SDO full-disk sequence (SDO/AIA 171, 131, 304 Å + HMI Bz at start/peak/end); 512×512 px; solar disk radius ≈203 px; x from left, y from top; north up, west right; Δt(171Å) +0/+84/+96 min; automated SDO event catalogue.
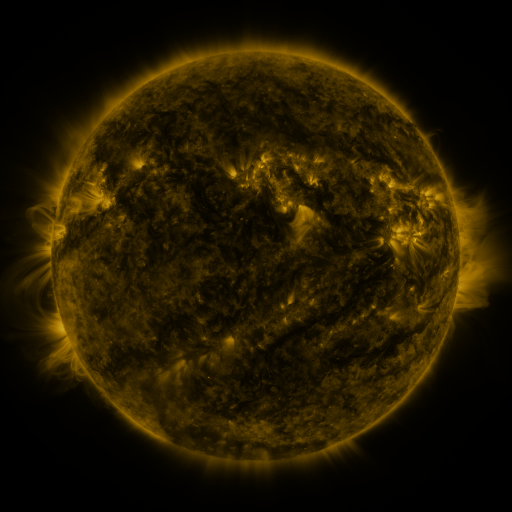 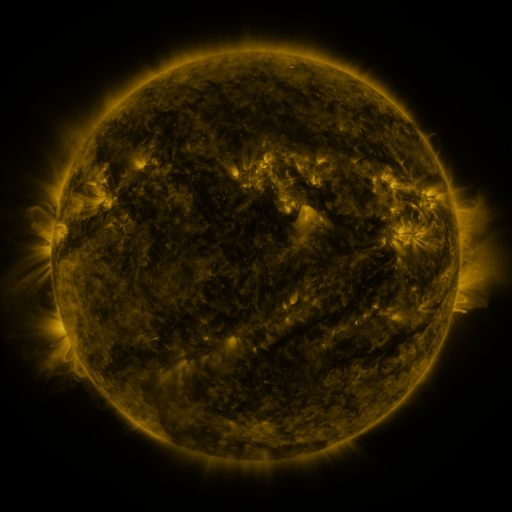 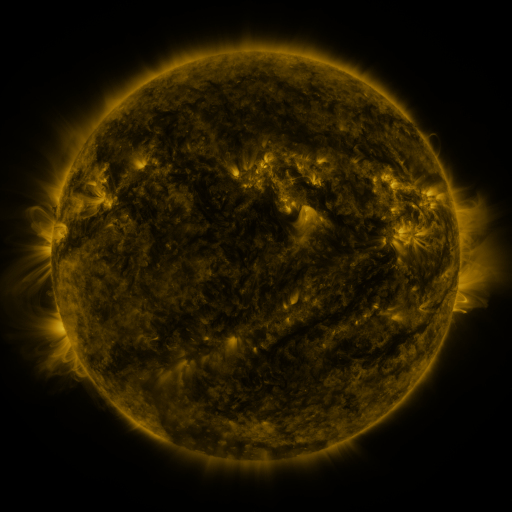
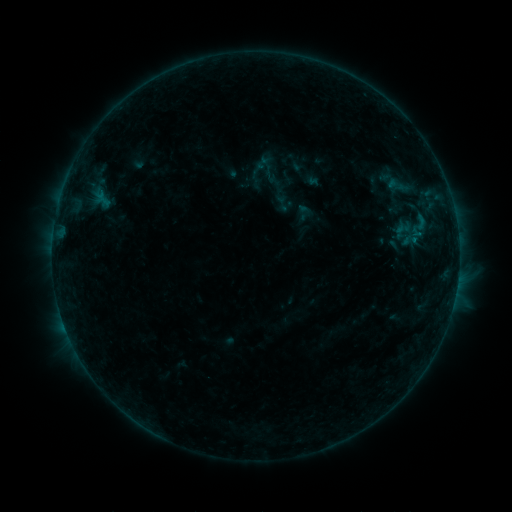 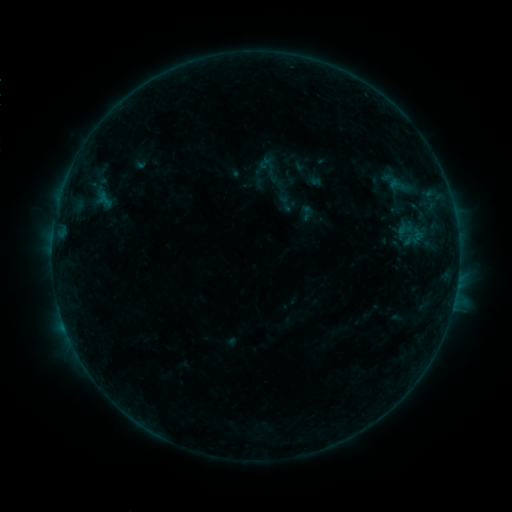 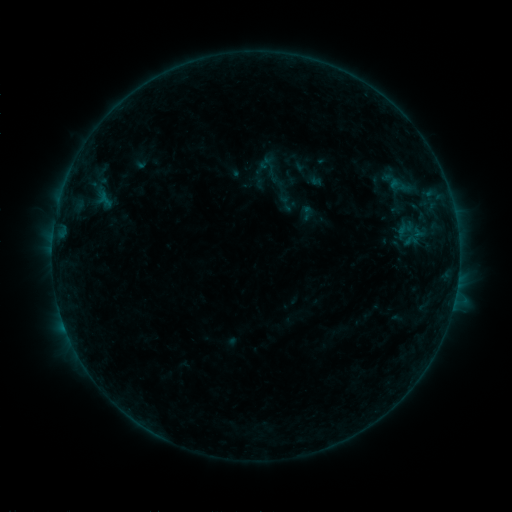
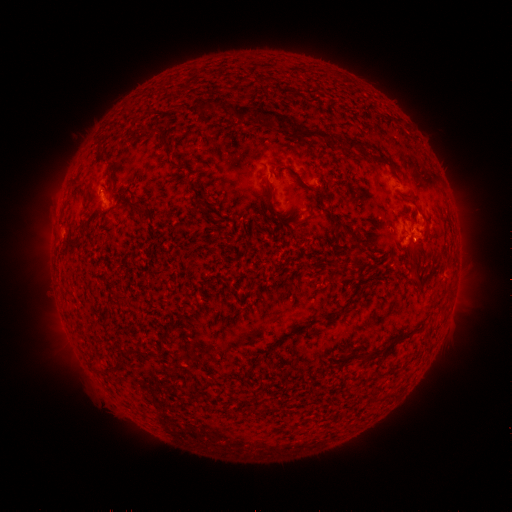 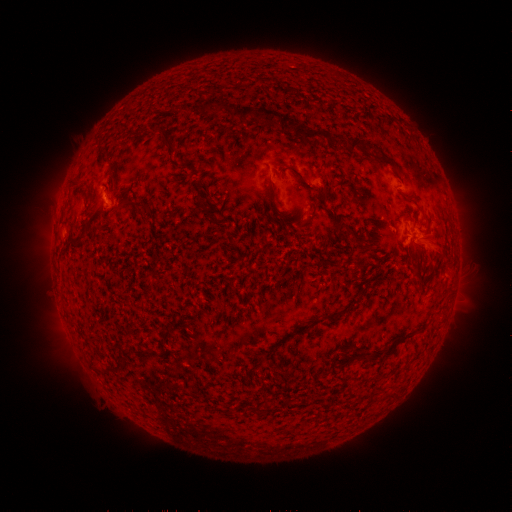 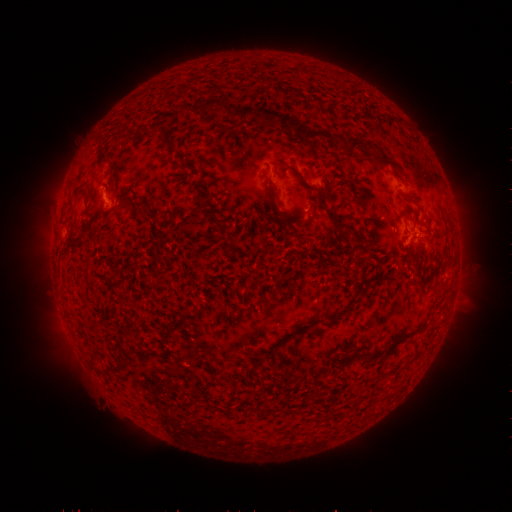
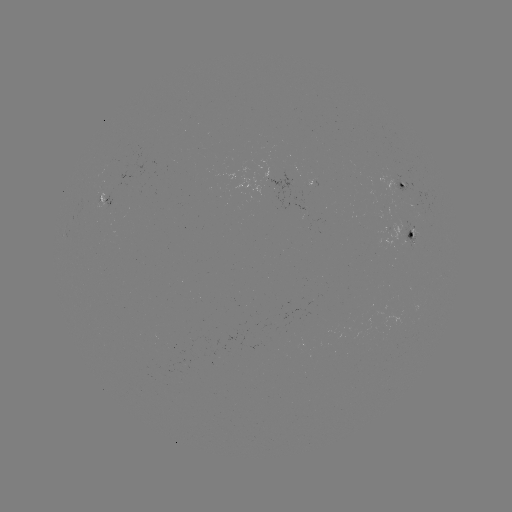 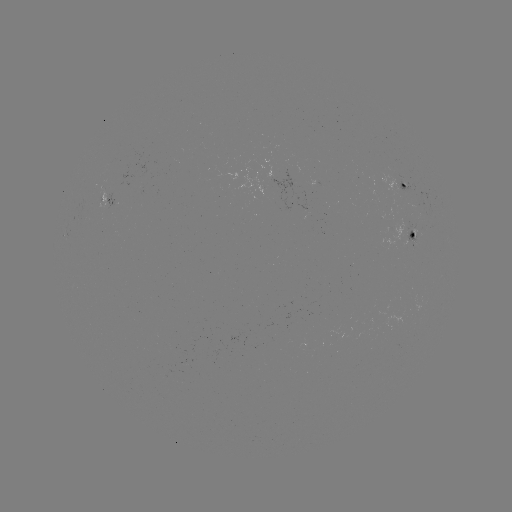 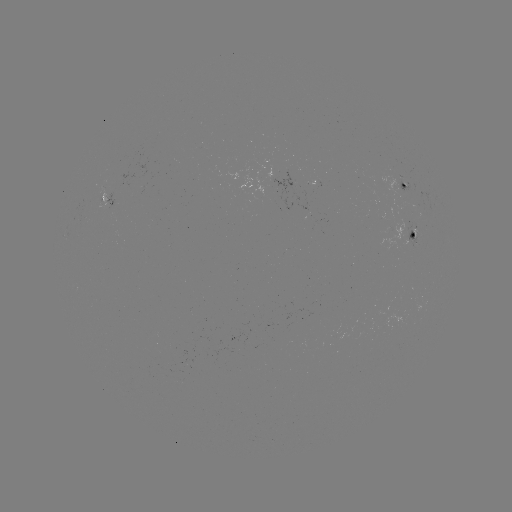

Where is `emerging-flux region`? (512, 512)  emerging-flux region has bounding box [305, 181, 317, 188].